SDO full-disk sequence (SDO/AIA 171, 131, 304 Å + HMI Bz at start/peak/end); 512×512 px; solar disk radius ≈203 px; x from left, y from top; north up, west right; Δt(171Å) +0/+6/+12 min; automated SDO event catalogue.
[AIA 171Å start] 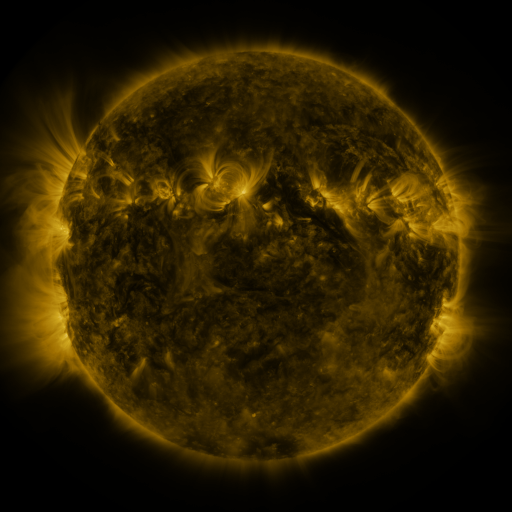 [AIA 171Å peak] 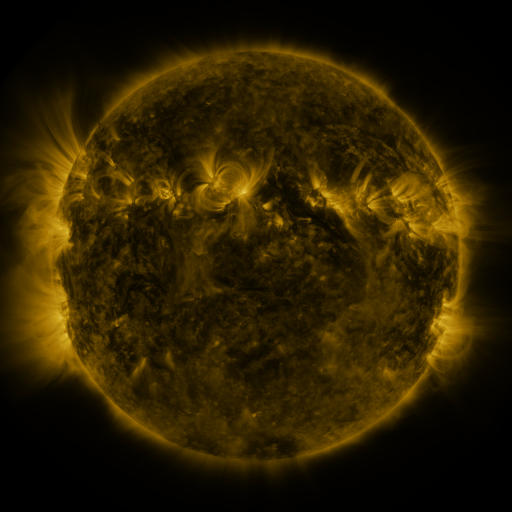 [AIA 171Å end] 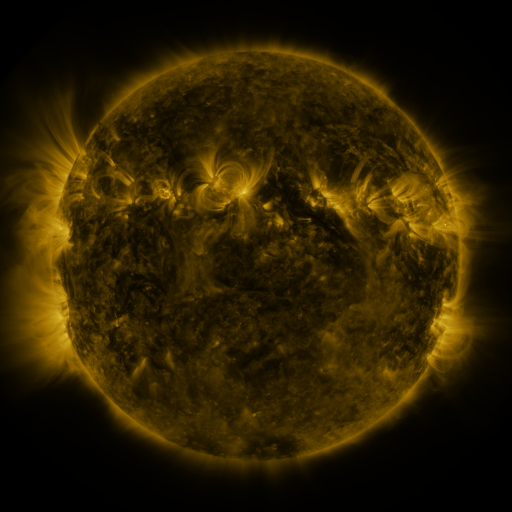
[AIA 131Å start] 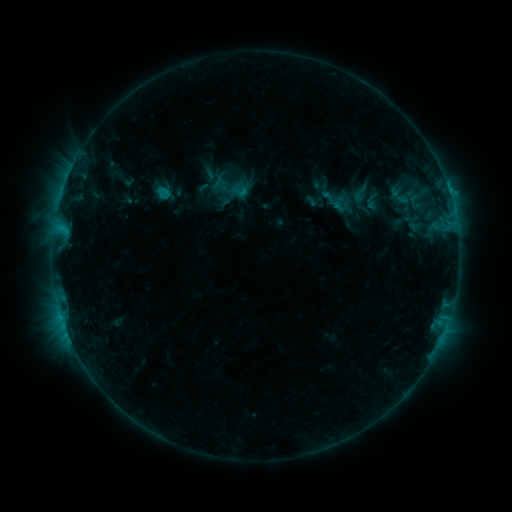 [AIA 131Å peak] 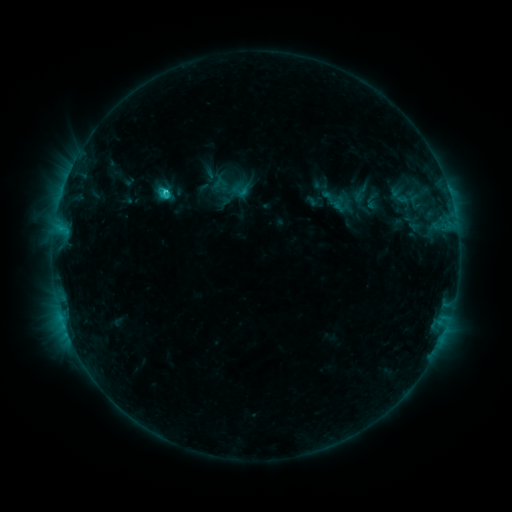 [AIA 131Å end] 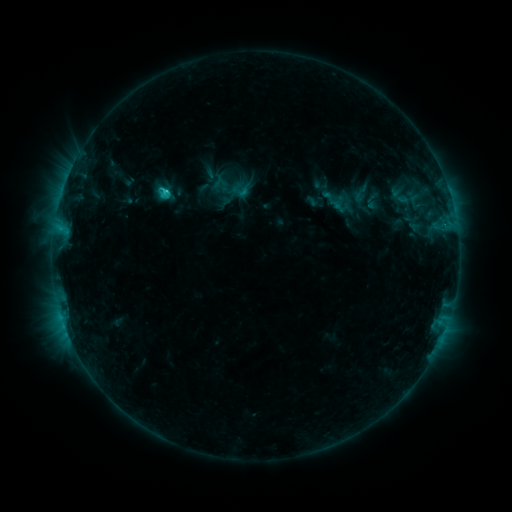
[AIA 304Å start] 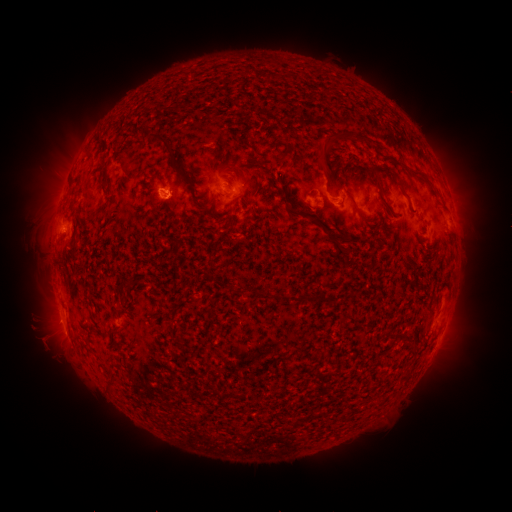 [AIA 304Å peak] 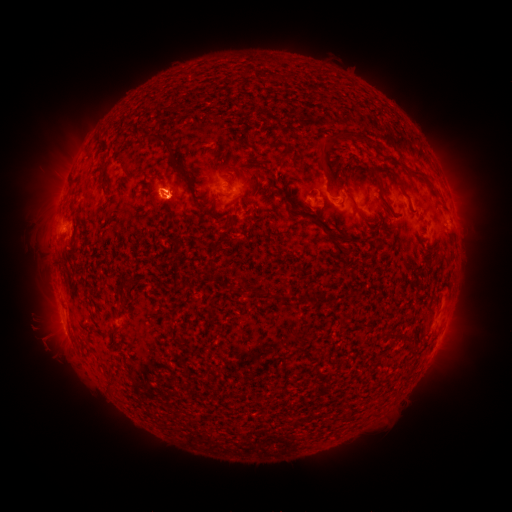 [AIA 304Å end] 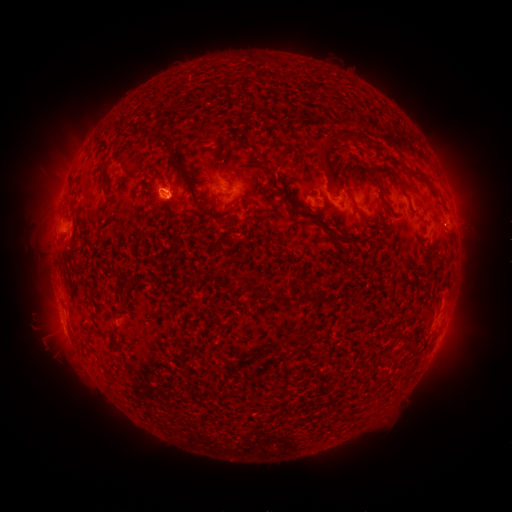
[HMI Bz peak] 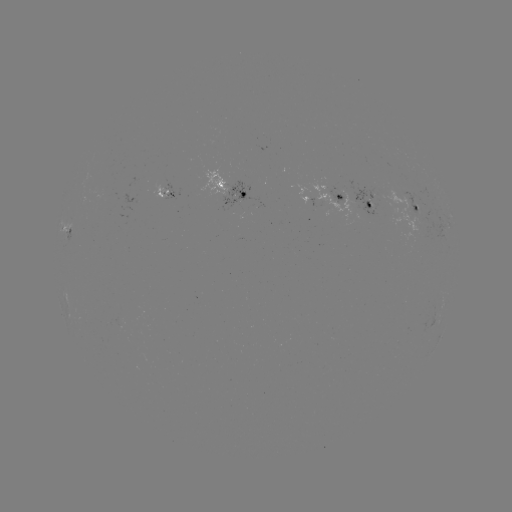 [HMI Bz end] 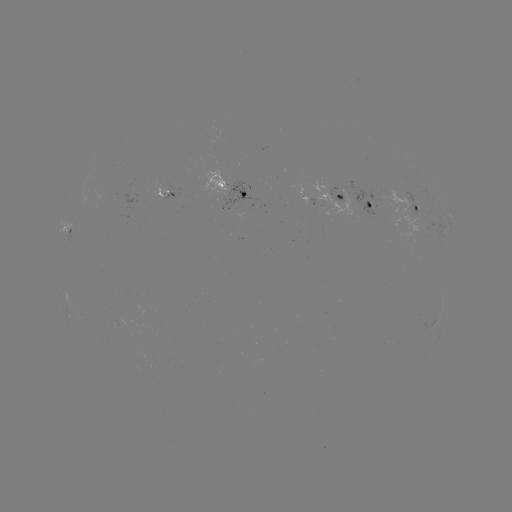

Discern C2.2 flare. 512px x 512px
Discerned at (168, 193).